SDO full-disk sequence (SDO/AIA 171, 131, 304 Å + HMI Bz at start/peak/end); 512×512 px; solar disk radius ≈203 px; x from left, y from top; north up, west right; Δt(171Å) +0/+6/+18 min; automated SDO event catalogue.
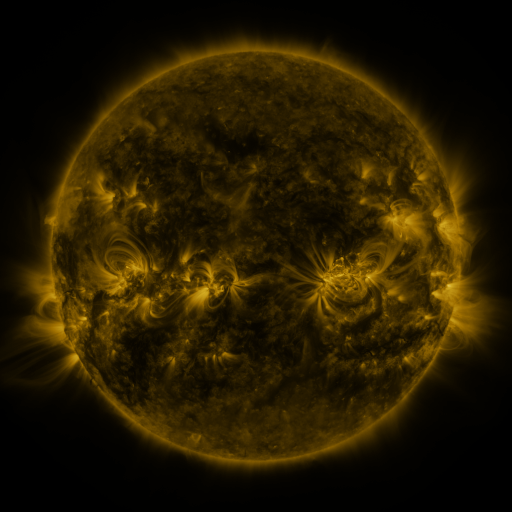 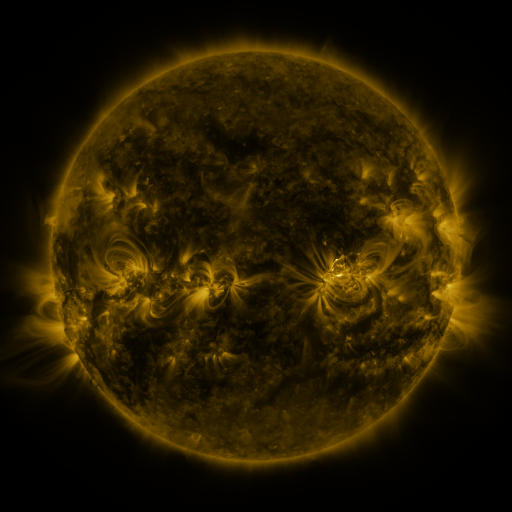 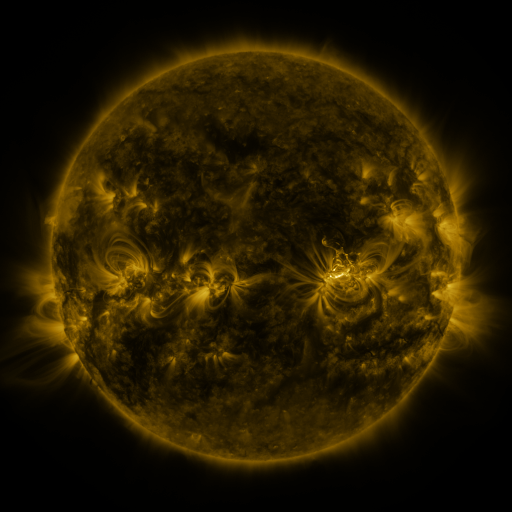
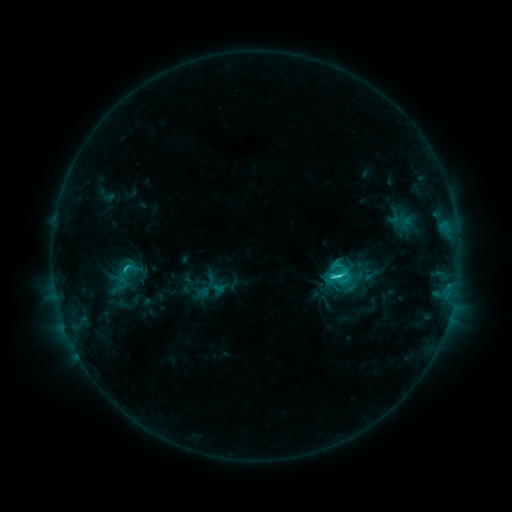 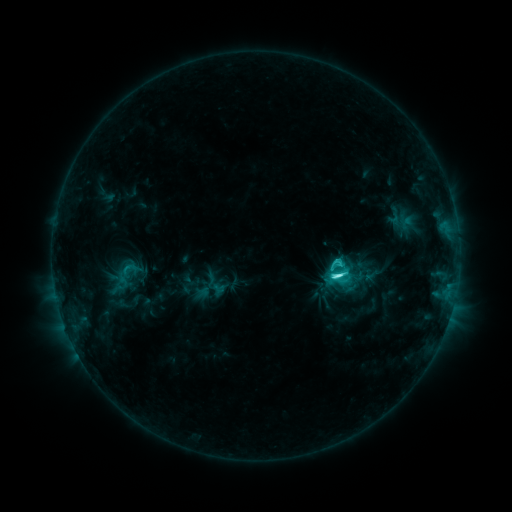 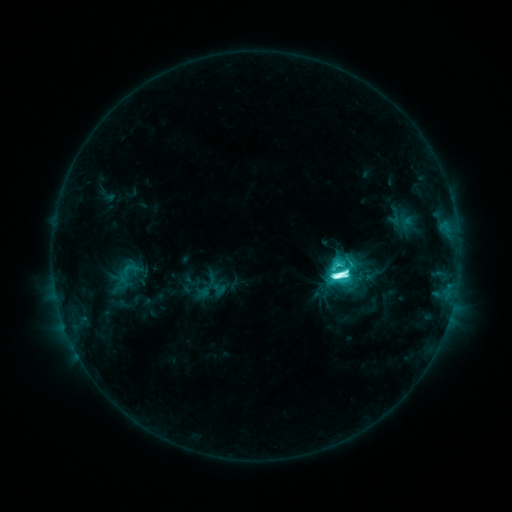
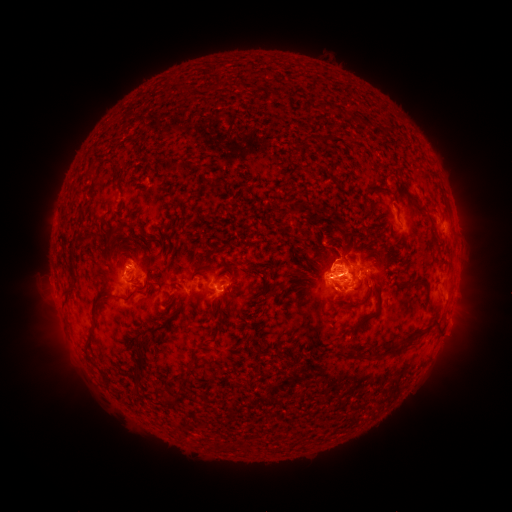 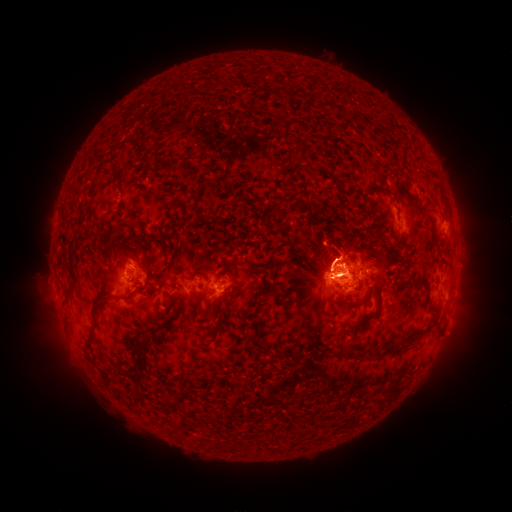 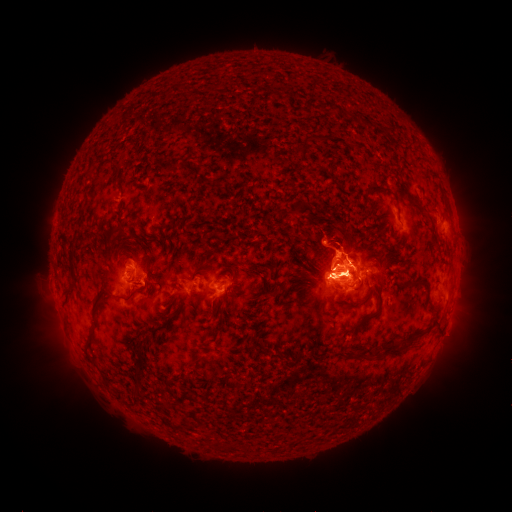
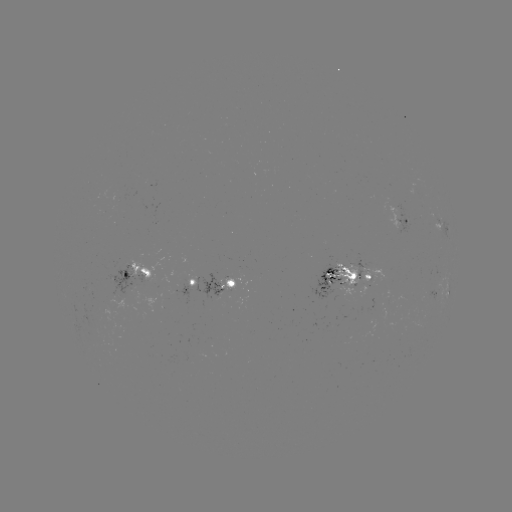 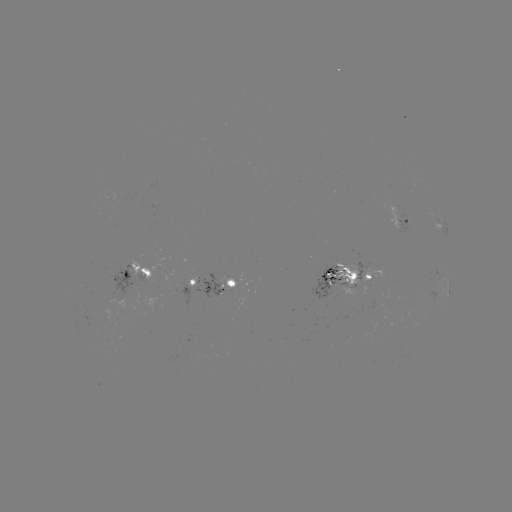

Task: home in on eruption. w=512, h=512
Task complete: [329, 258].